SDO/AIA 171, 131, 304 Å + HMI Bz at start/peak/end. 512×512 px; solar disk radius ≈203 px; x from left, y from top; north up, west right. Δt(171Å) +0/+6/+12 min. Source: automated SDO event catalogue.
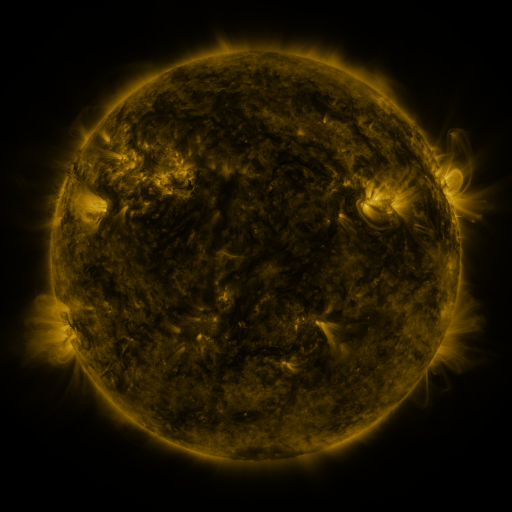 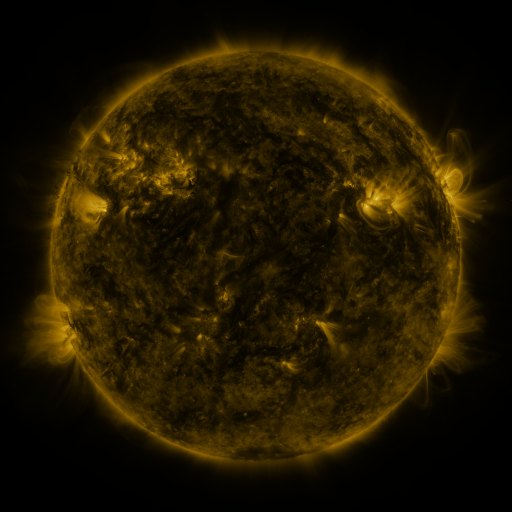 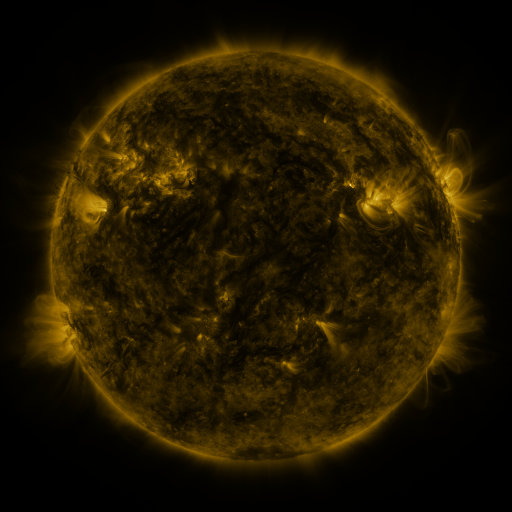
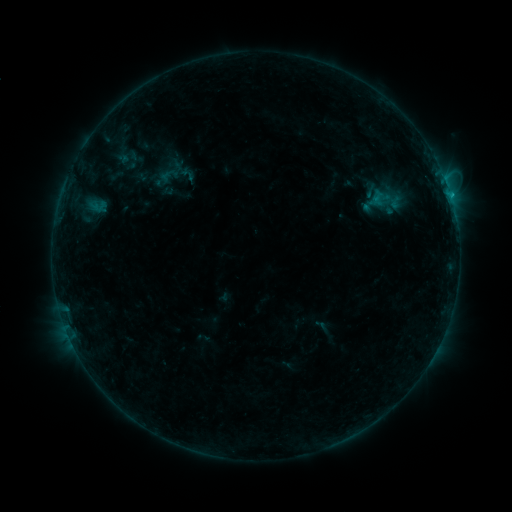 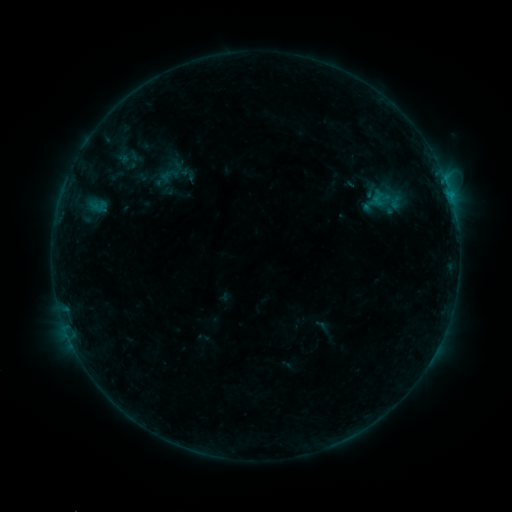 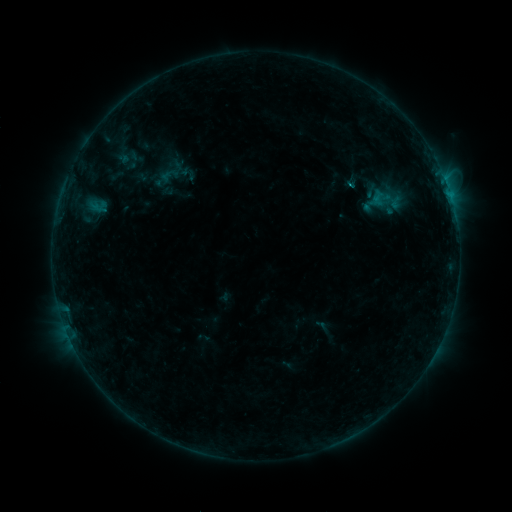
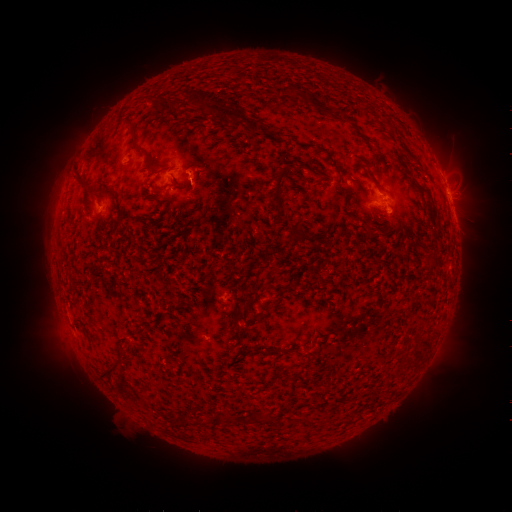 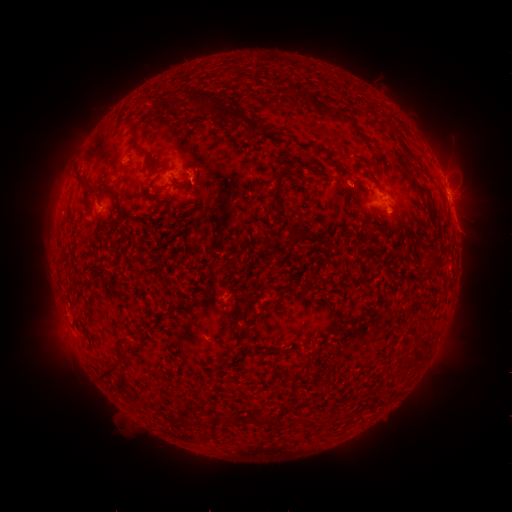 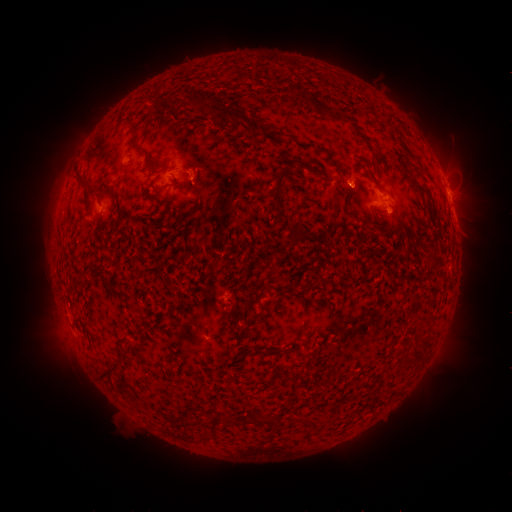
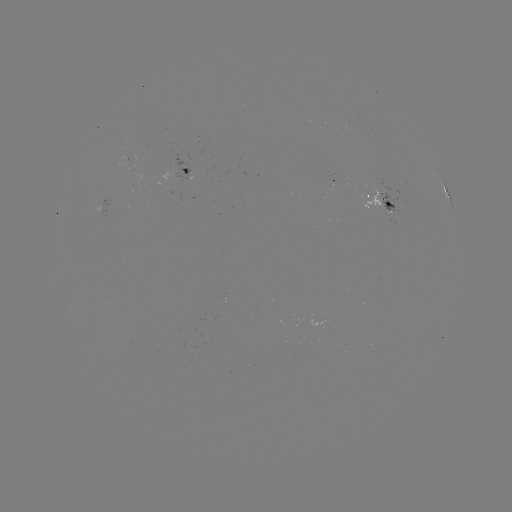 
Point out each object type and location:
eruption: (355, 179)
